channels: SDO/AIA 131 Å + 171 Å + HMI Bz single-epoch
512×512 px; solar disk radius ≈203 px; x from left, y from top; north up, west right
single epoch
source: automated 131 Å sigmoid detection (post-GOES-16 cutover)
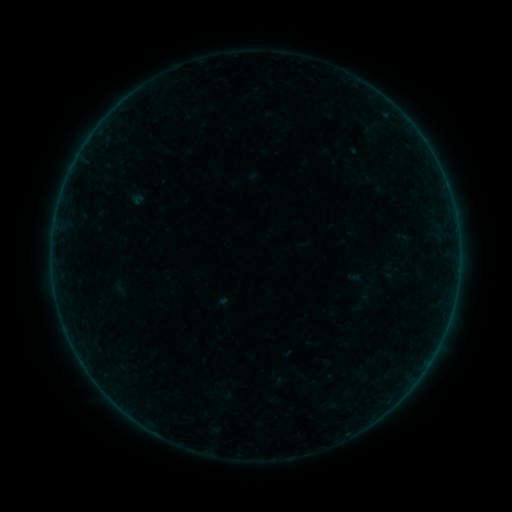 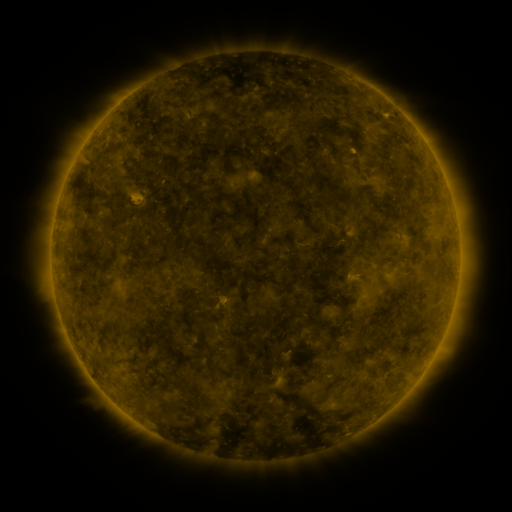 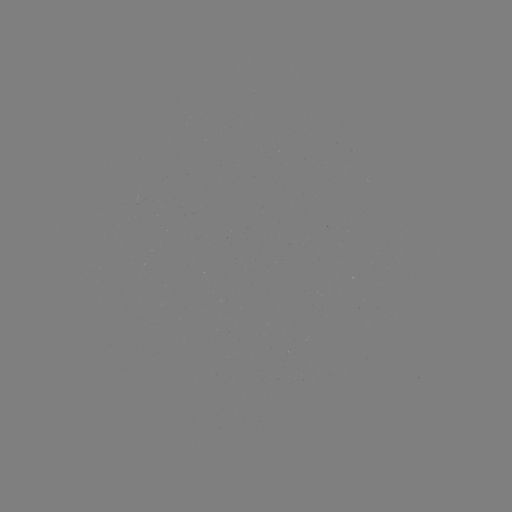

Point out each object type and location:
sigmoid: (120, 288)
